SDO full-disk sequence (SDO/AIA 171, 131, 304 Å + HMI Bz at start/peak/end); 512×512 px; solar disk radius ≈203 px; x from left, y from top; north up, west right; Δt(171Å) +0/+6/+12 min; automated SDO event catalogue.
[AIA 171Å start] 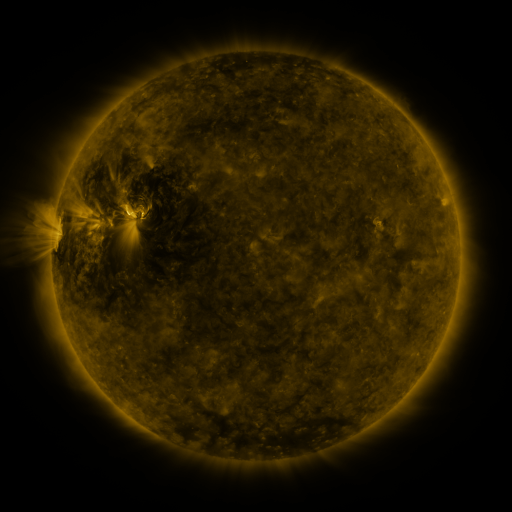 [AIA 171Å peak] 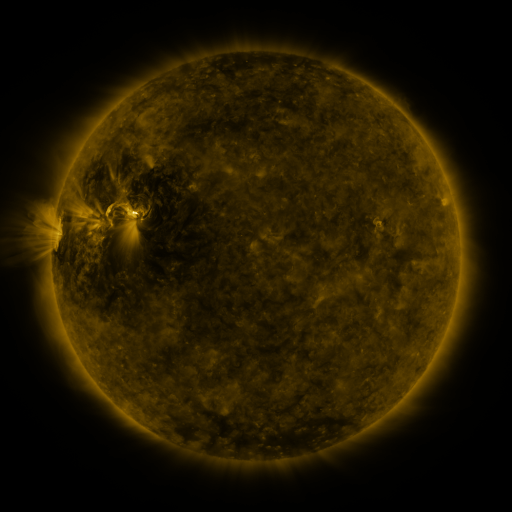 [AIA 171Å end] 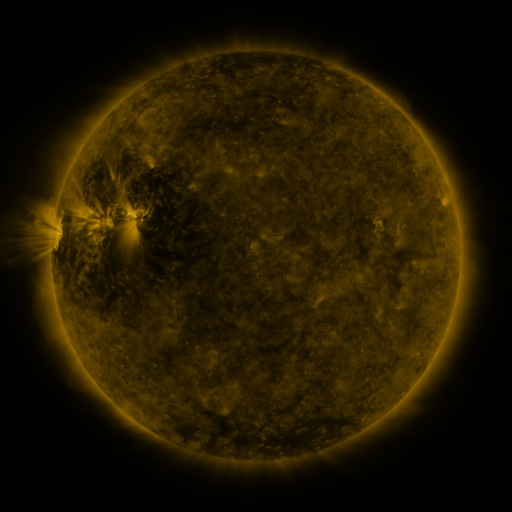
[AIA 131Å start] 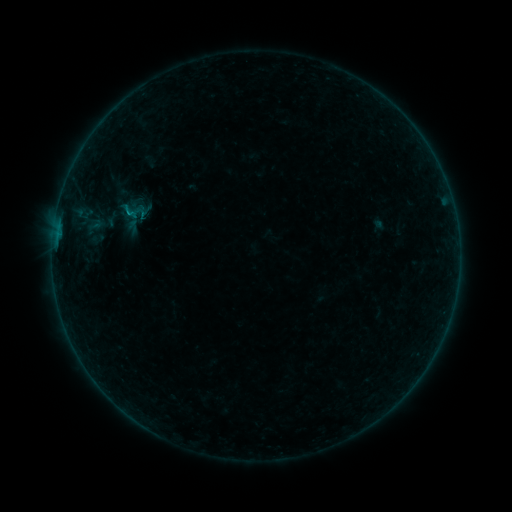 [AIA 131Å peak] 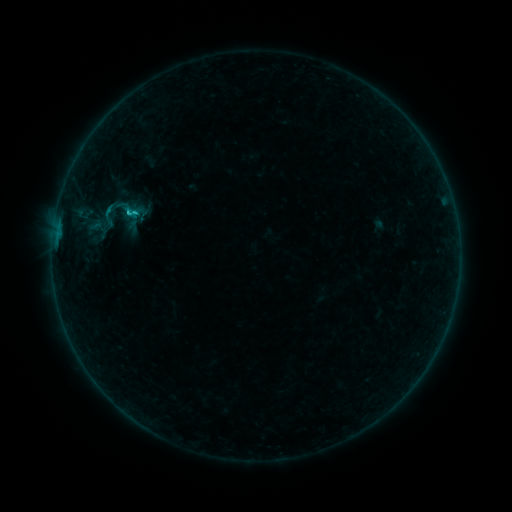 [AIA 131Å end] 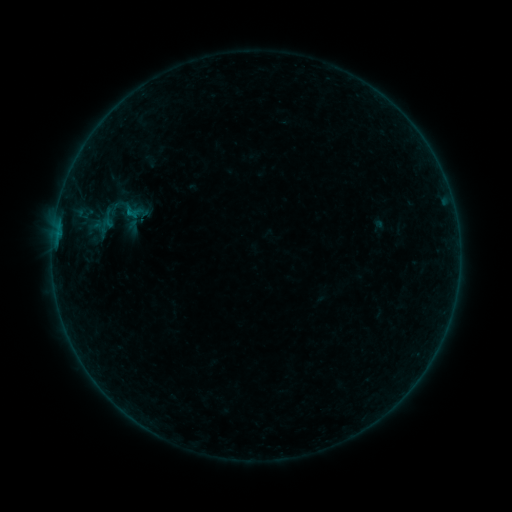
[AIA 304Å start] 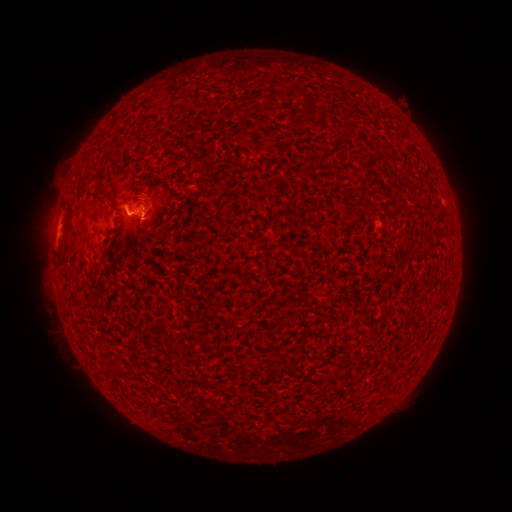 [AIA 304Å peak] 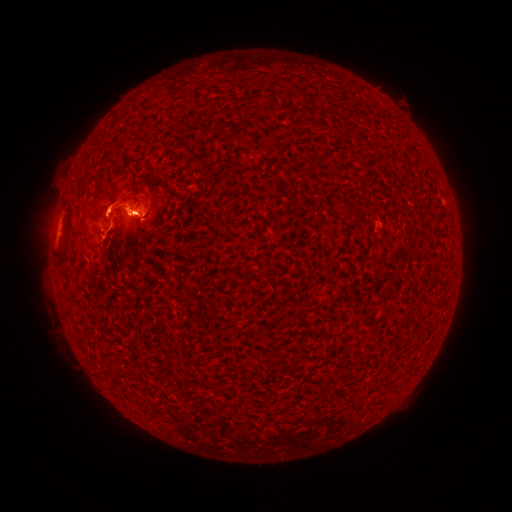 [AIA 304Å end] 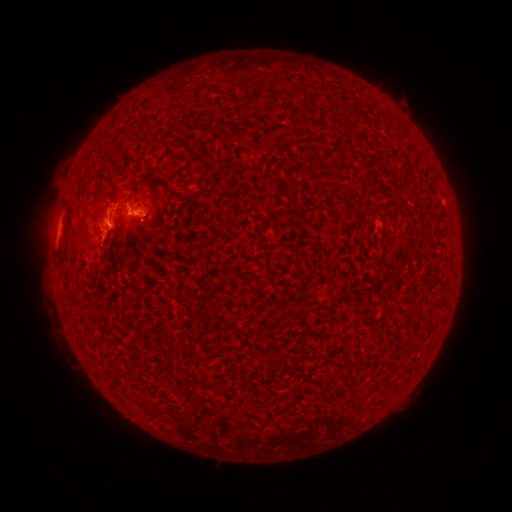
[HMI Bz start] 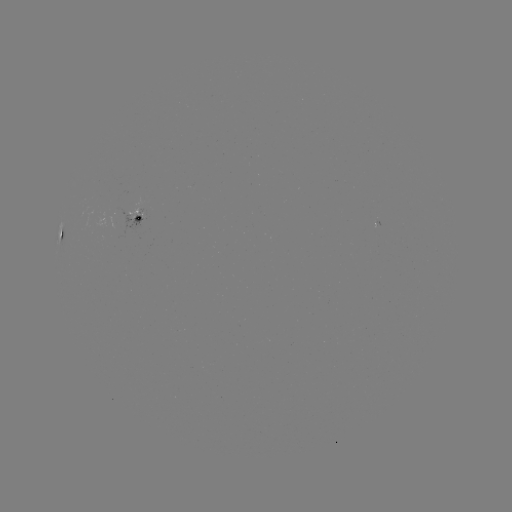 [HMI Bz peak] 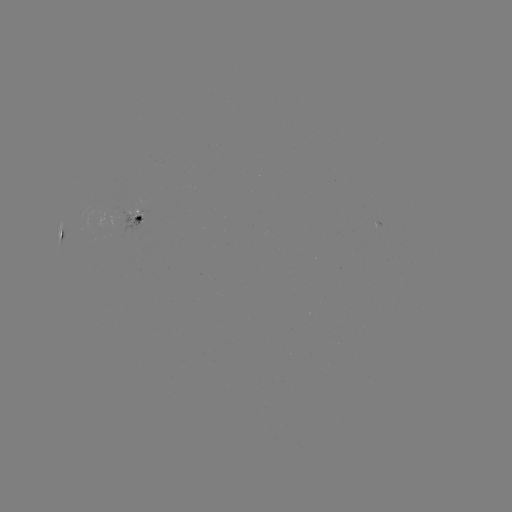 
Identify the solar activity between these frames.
B8.0 flare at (129, 214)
